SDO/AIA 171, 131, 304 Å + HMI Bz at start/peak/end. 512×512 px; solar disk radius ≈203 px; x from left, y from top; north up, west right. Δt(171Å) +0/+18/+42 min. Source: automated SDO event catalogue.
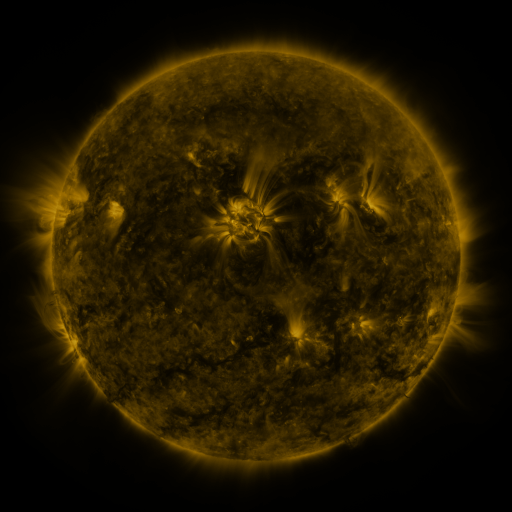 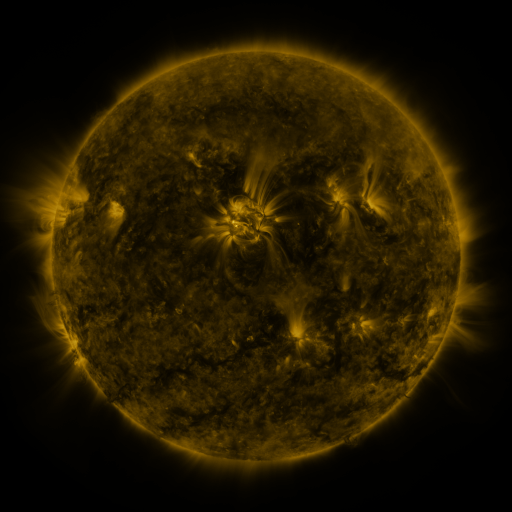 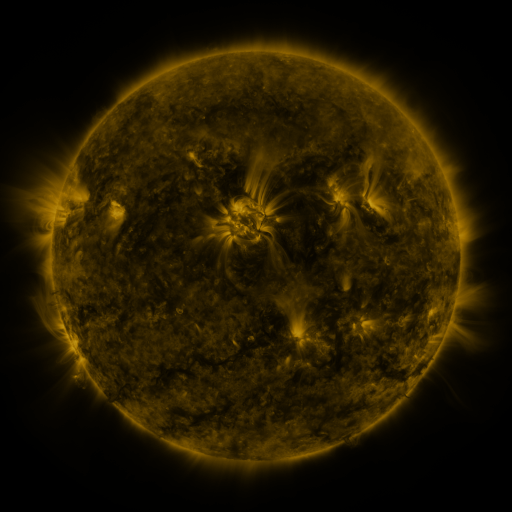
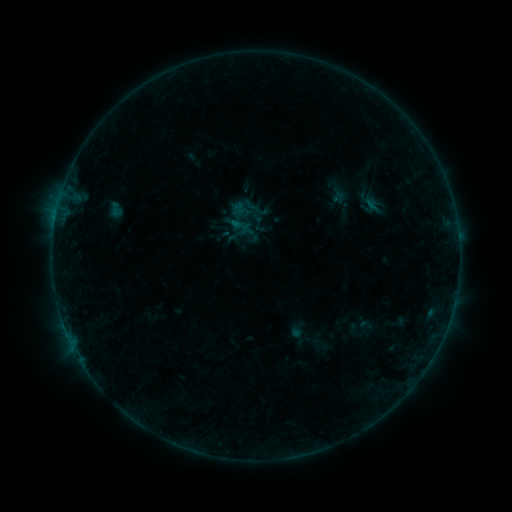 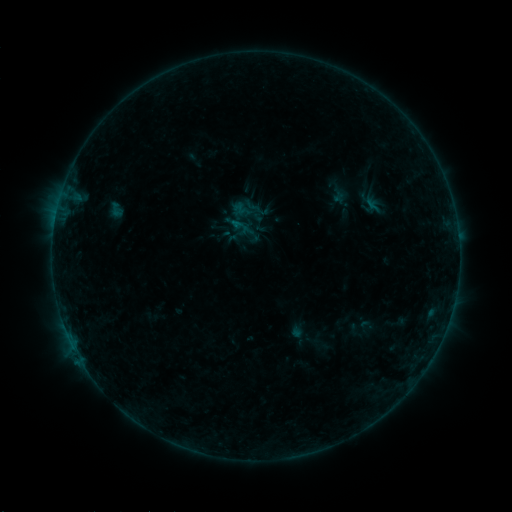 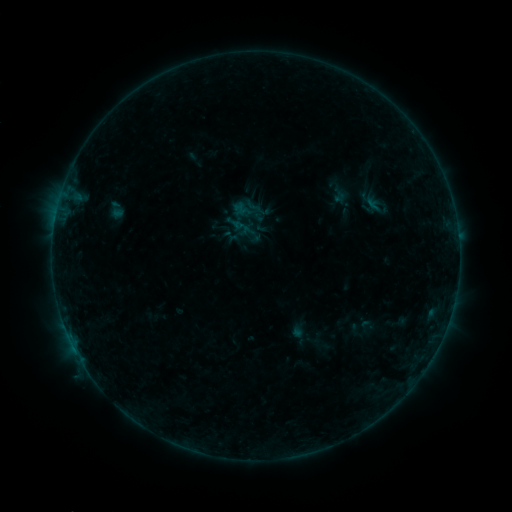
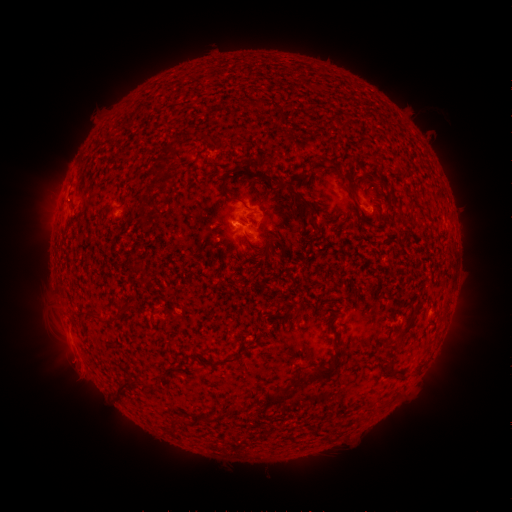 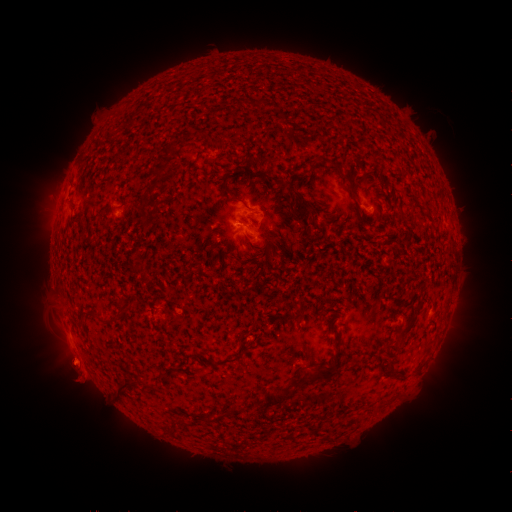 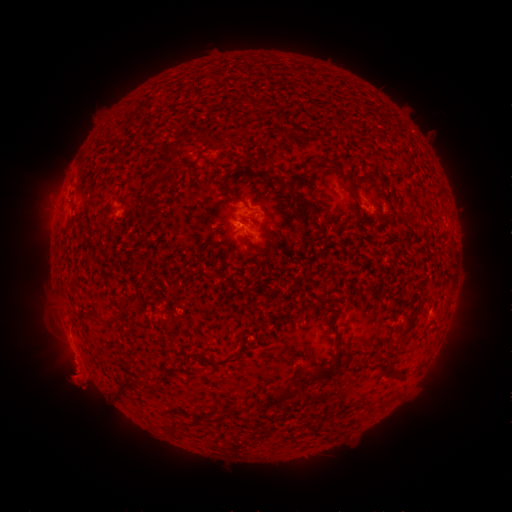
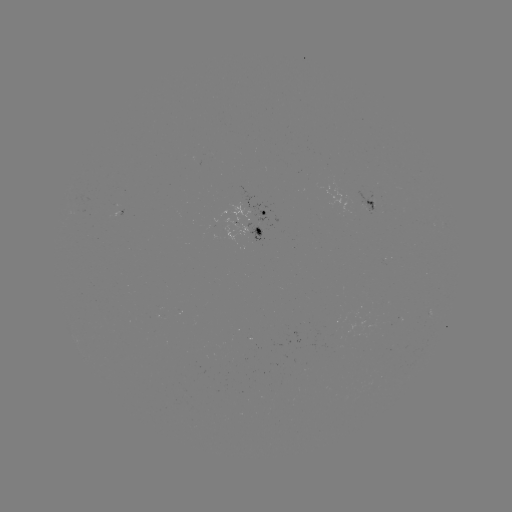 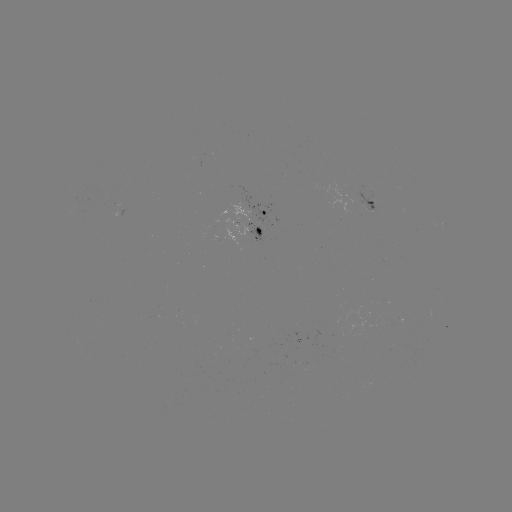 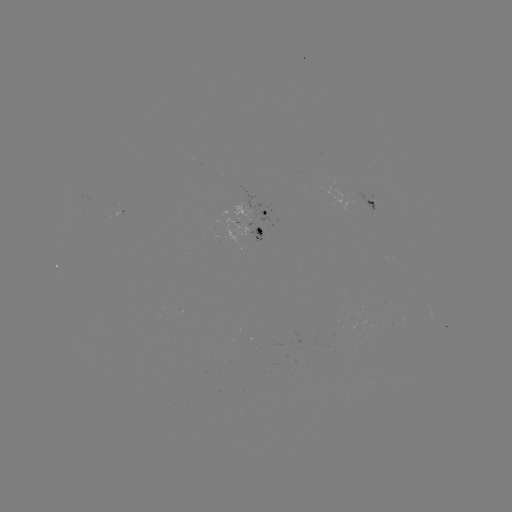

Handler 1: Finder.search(eruption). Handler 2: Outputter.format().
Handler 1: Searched eruption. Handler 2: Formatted (74, 373).